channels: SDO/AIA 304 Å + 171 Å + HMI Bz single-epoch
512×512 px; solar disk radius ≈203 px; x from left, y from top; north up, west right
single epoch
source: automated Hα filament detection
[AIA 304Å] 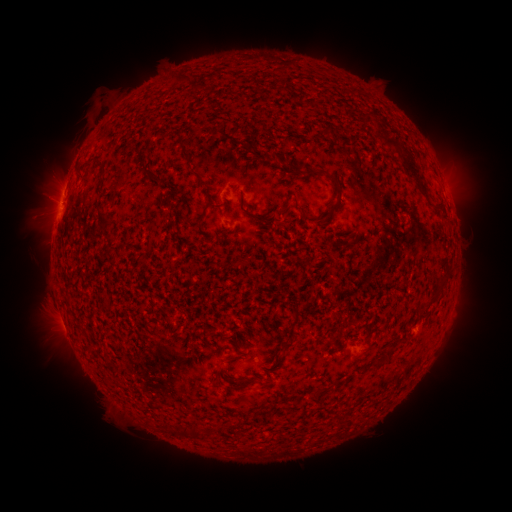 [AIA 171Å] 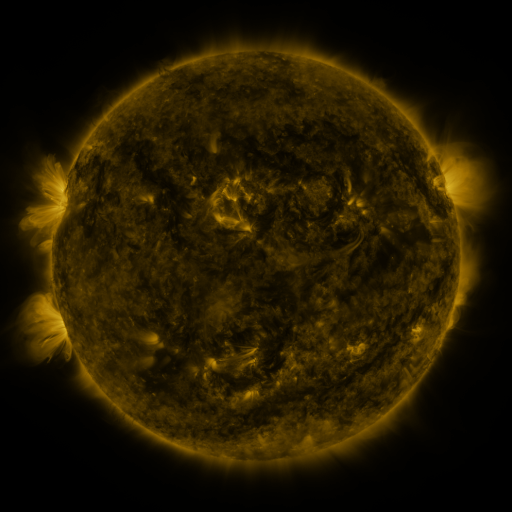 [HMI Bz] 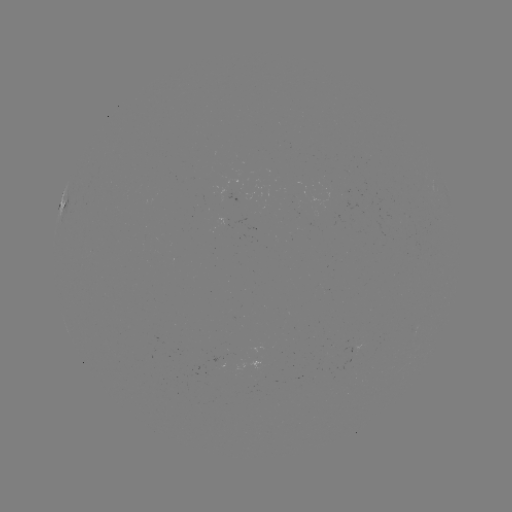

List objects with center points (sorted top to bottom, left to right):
filament: [174, 74, 213, 95]
filament: [381, 136, 427, 196]
filament: [178, 141, 191, 159]
filament: [270, 152, 279, 161]
filament: [76, 156, 97, 176]
filament: [138, 161, 164, 183]
filament: [305, 167, 344, 222]
filament: [190, 169, 203, 181]
filament: [196, 199, 214, 226]
filament: [283, 199, 290, 211]
filament: [301, 206, 312, 220]
filament: [96, 209, 112, 228]
filament: [247, 211, 266, 220]
filament: [208, 235, 215, 244]
filament: [281, 341, 294, 355]
filament: [358, 347, 370, 356]
filament: [375, 355, 384, 366]
filament: [244, 377, 264, 385]
filament: [161, 420, 170, 431]
filament: [188, 425, 201, 438]
